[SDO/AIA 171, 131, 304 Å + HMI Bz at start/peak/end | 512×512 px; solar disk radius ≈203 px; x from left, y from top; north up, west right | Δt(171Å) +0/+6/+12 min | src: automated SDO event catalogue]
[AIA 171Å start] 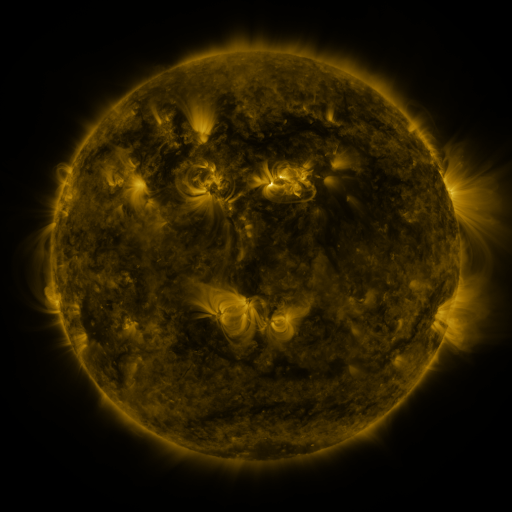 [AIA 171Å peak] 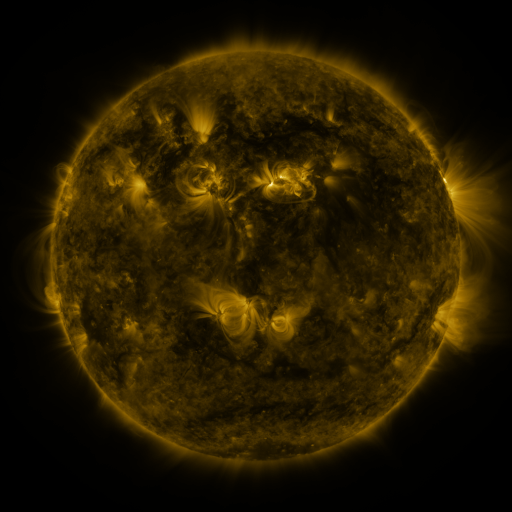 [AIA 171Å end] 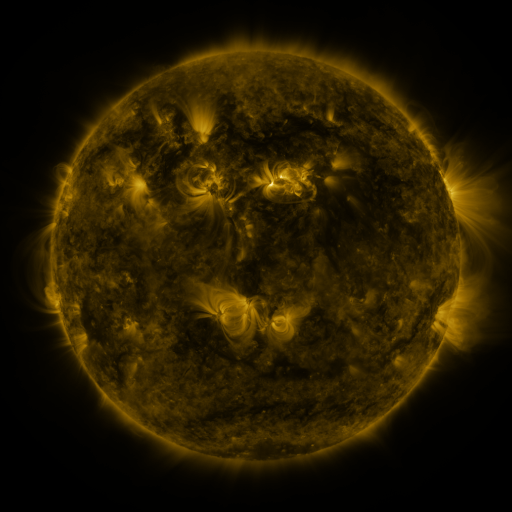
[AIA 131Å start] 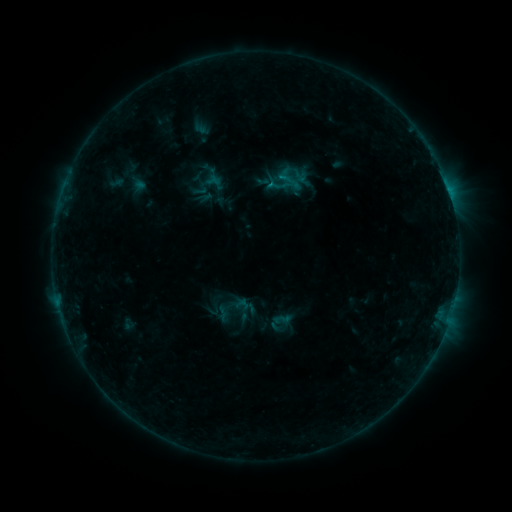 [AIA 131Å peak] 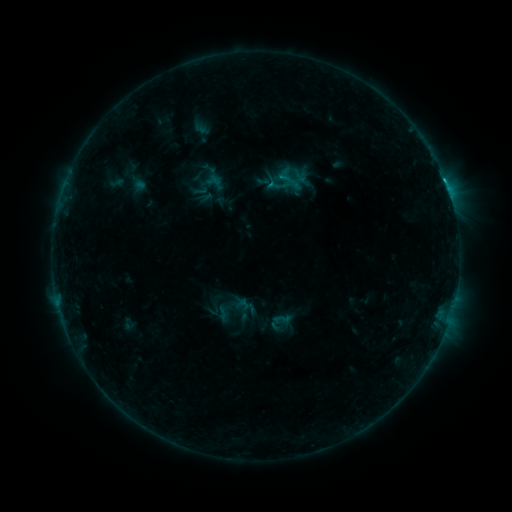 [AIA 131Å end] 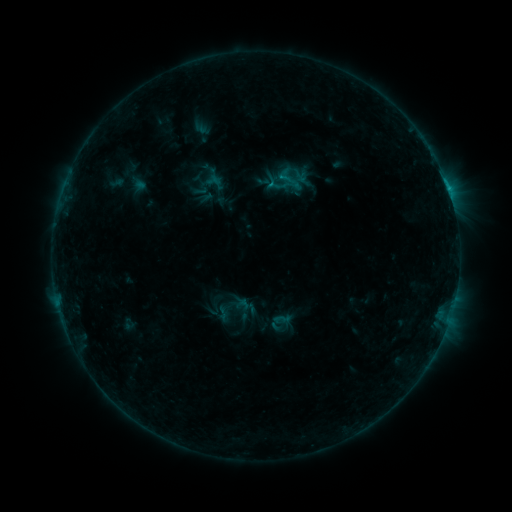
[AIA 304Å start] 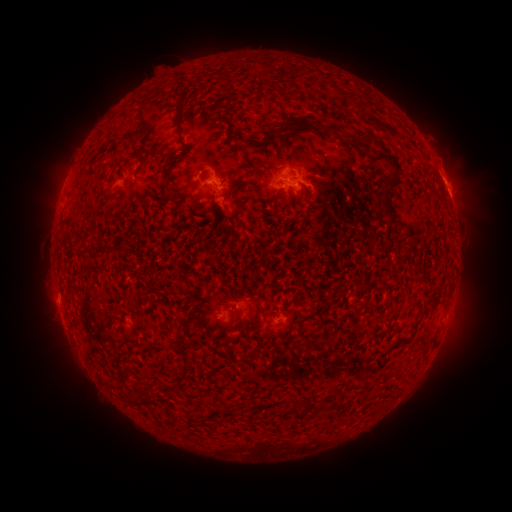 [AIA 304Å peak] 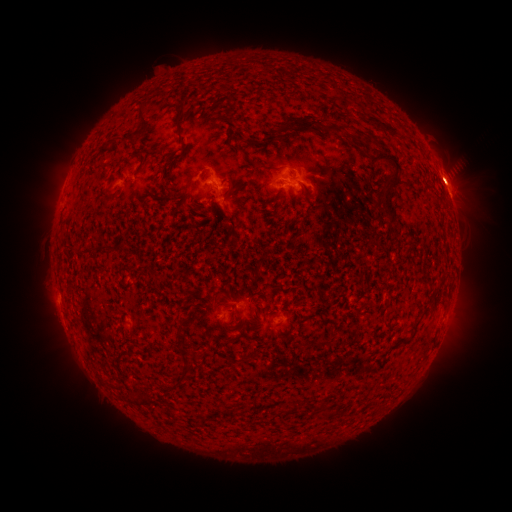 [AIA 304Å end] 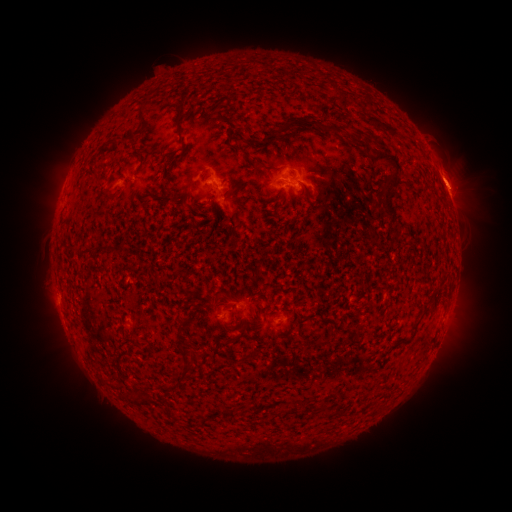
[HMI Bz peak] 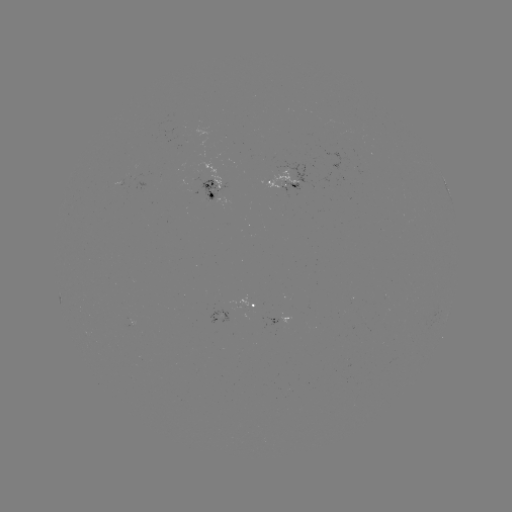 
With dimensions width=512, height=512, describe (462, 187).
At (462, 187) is eruption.